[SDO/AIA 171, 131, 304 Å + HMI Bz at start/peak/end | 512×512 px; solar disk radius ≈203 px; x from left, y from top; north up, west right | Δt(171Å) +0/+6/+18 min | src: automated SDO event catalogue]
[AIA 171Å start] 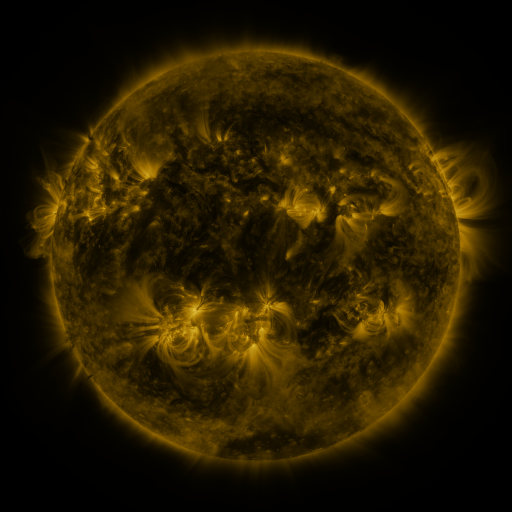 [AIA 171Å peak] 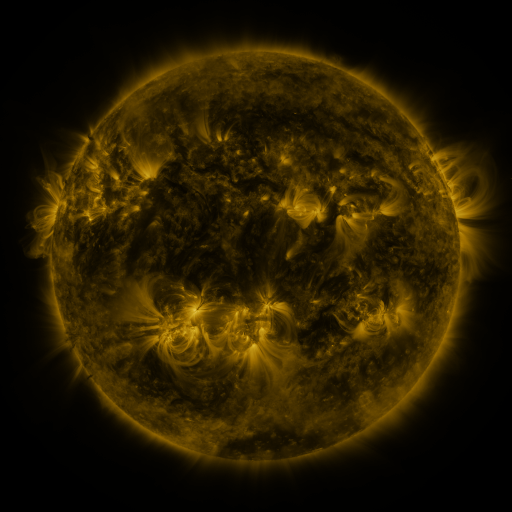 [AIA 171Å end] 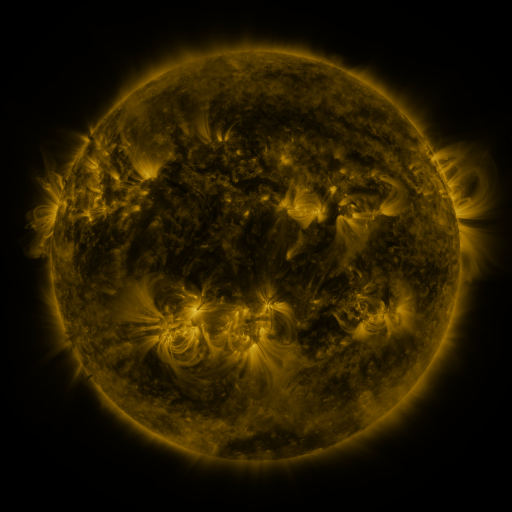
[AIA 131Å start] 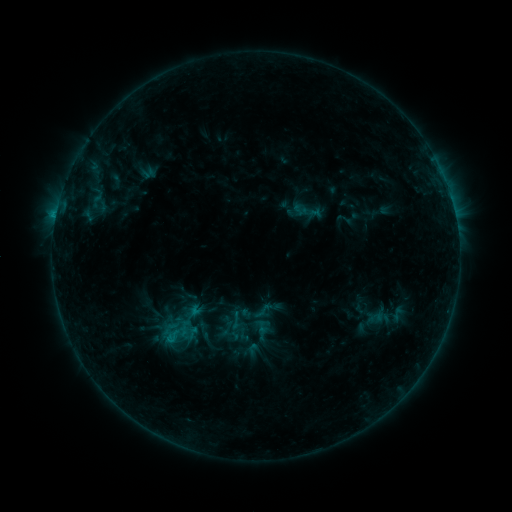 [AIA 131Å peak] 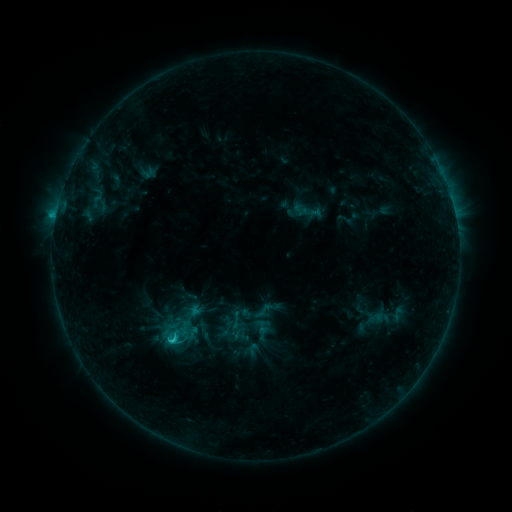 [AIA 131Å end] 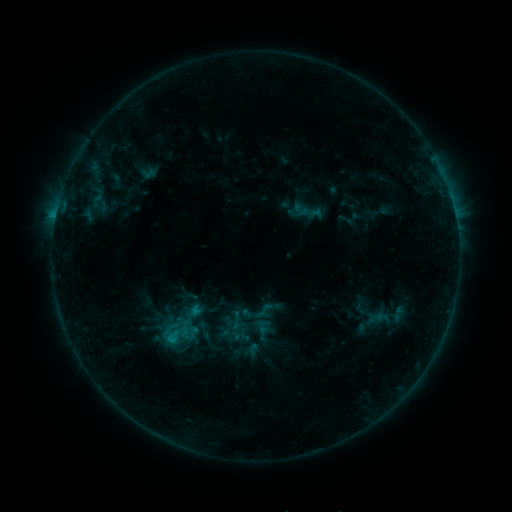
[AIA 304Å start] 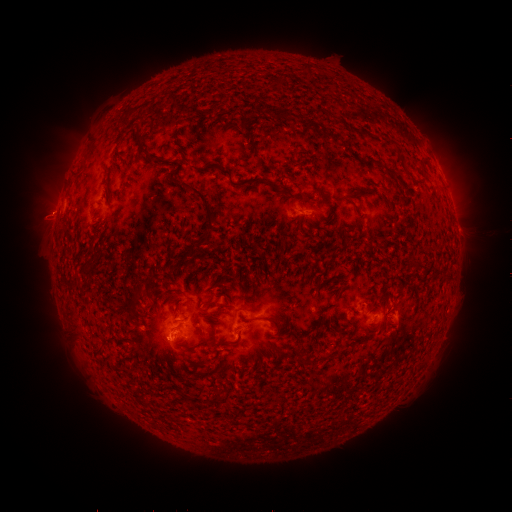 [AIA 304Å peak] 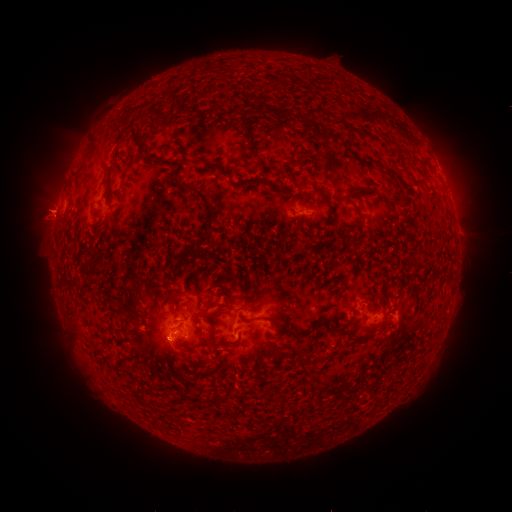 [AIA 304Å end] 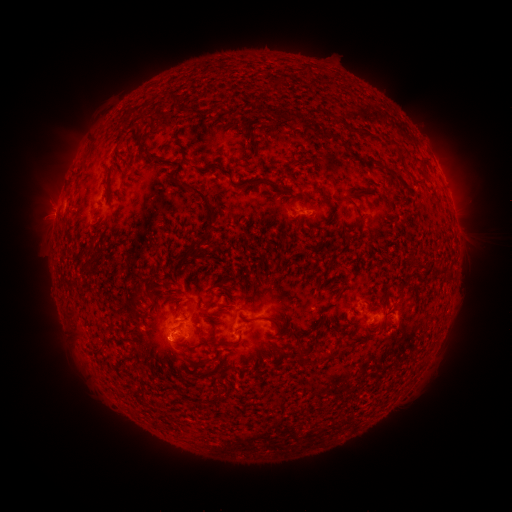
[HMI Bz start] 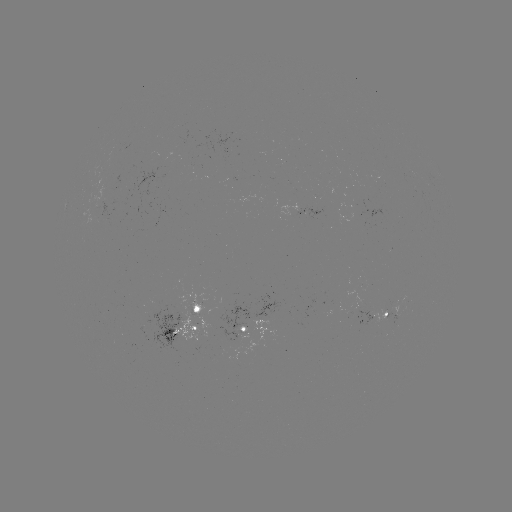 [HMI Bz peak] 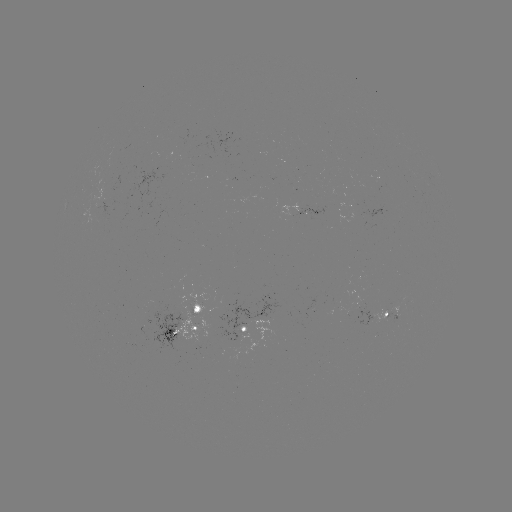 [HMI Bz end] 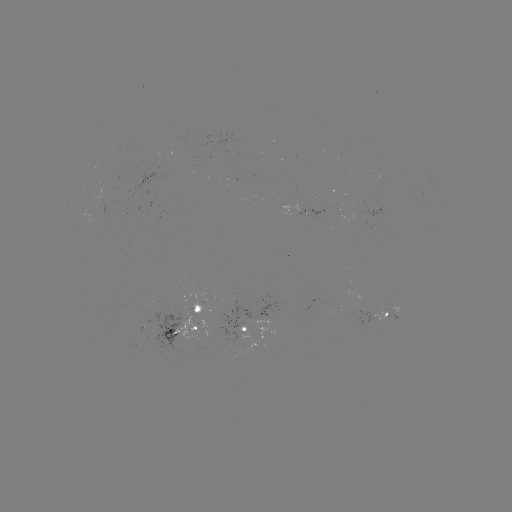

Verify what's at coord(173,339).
C1.3 flare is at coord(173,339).